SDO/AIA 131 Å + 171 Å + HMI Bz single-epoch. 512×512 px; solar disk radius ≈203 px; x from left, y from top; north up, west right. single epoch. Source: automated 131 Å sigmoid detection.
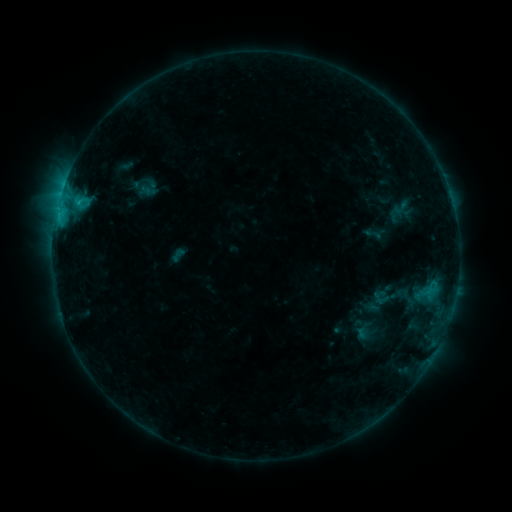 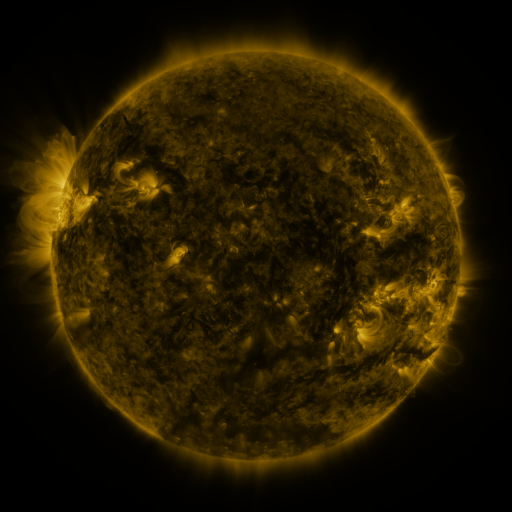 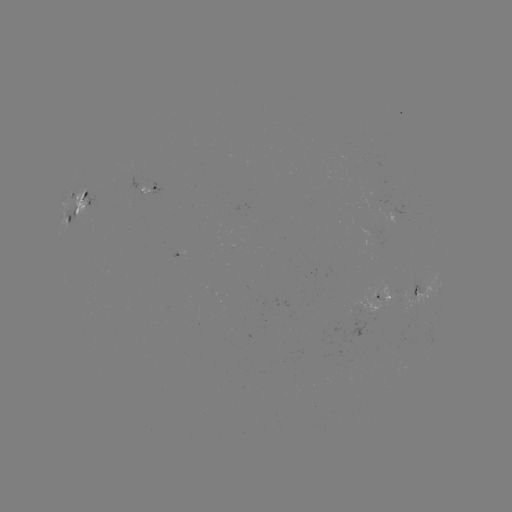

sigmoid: (388, 196, 412, 219)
